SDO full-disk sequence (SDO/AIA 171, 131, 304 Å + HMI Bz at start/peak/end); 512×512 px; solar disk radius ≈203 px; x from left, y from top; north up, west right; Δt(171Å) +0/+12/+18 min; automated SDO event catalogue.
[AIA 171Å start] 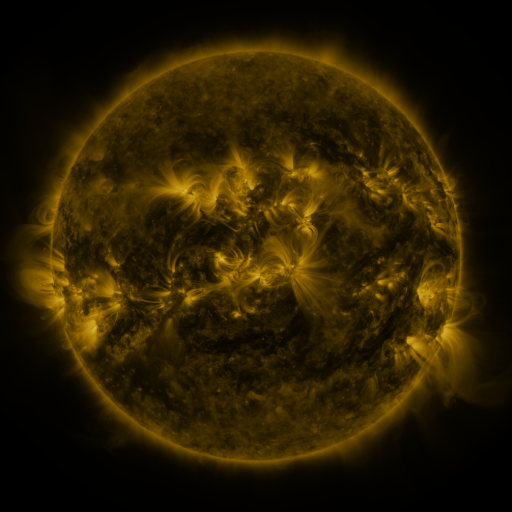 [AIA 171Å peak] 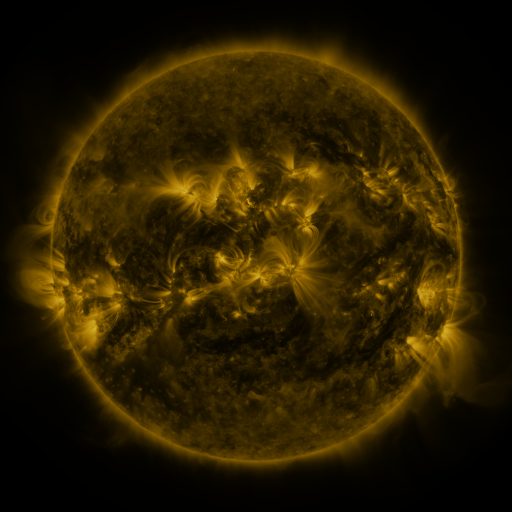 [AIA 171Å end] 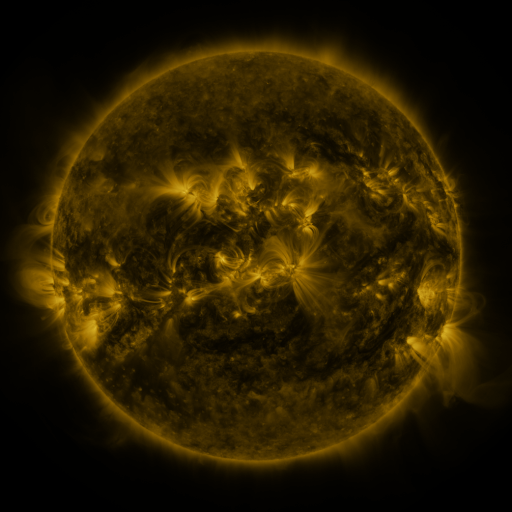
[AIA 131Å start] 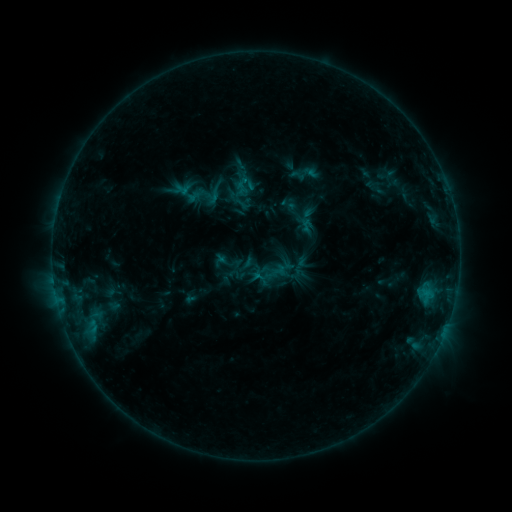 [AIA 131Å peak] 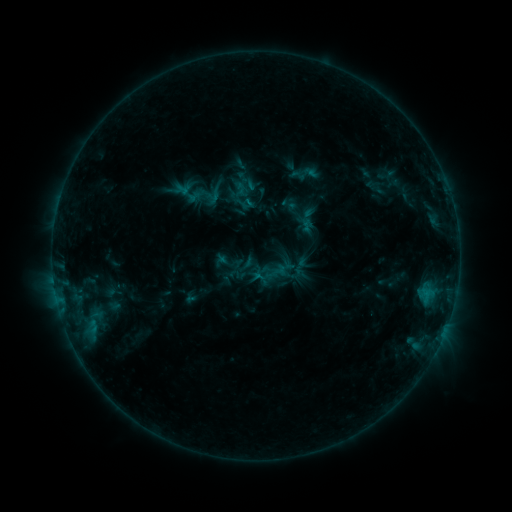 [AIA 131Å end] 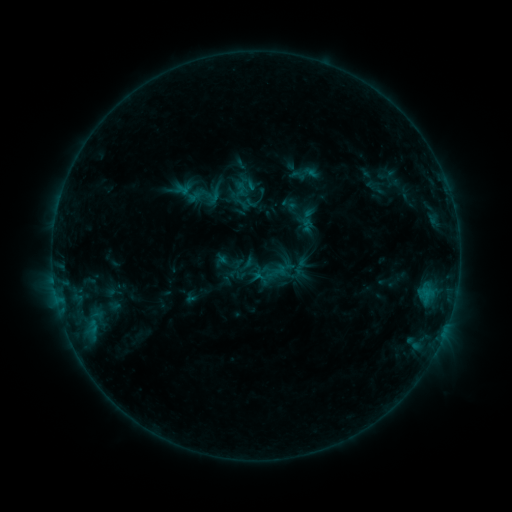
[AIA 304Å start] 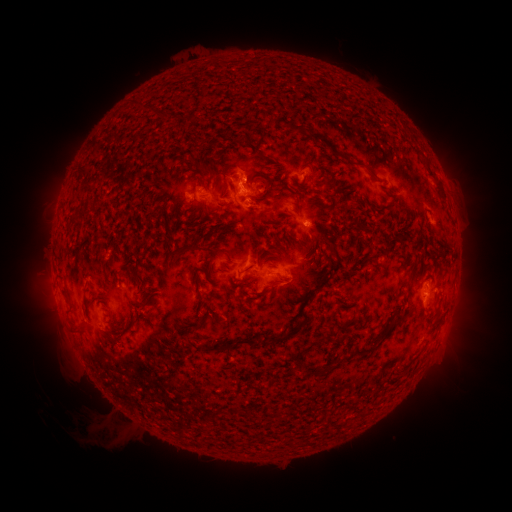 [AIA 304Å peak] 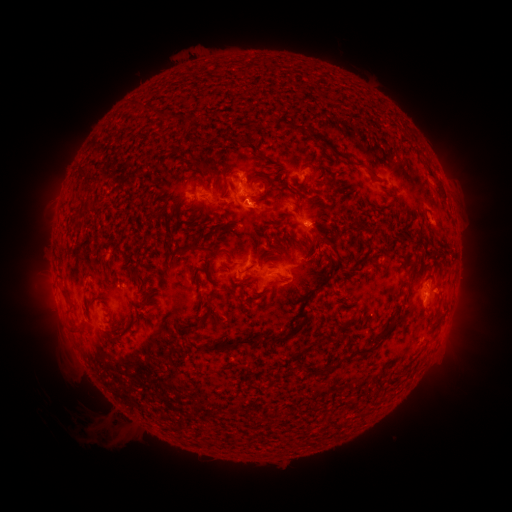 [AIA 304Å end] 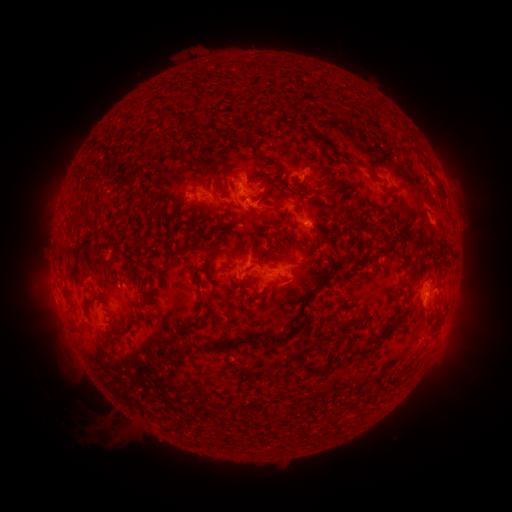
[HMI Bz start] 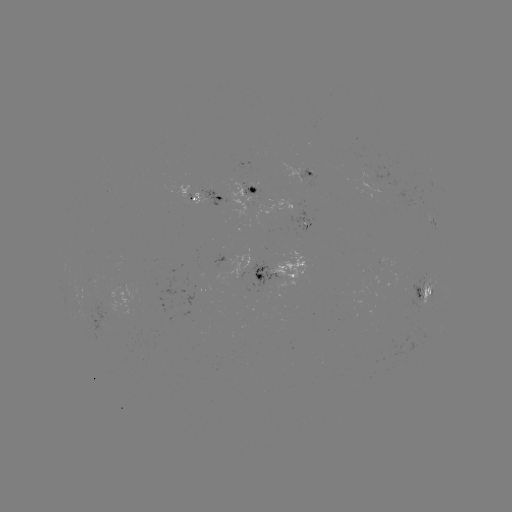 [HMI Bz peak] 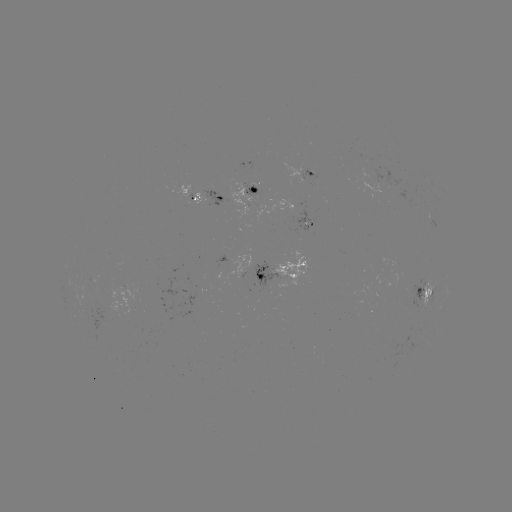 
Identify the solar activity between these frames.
B5.4 flare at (252, 205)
